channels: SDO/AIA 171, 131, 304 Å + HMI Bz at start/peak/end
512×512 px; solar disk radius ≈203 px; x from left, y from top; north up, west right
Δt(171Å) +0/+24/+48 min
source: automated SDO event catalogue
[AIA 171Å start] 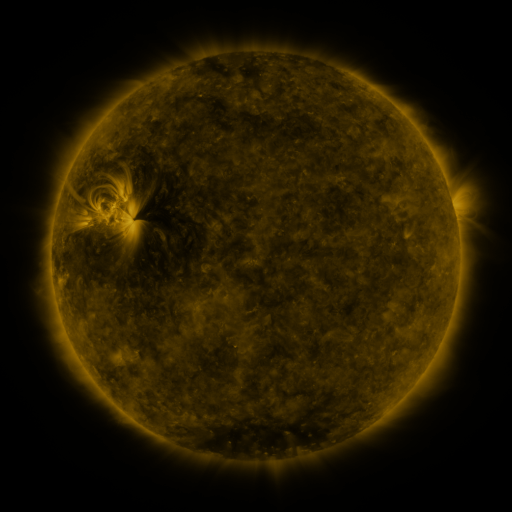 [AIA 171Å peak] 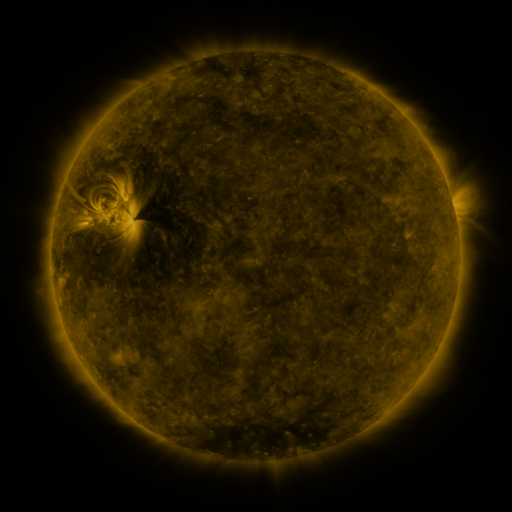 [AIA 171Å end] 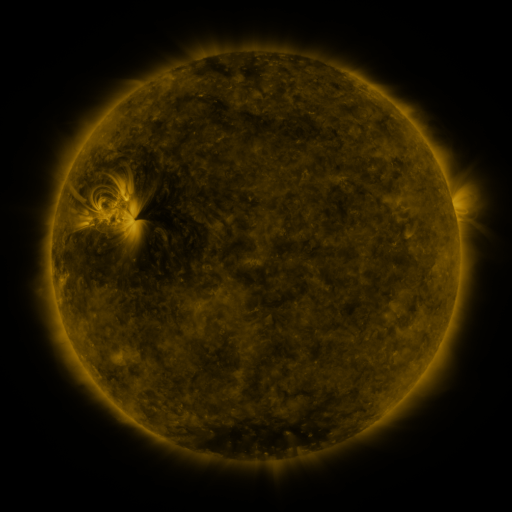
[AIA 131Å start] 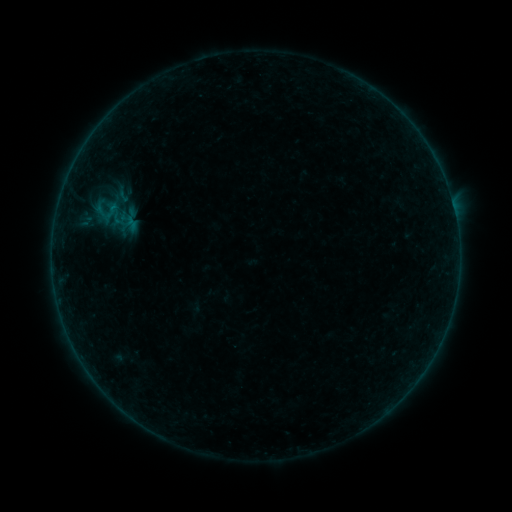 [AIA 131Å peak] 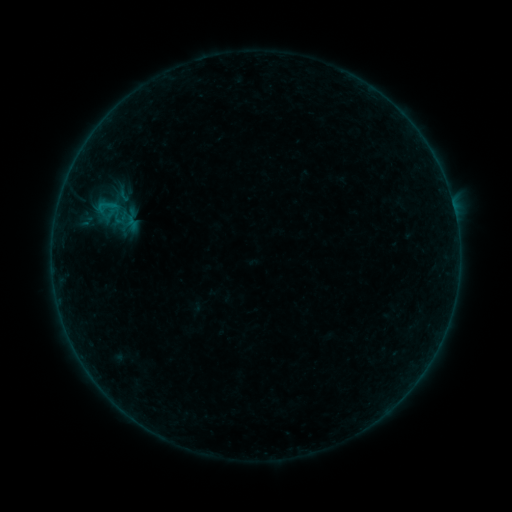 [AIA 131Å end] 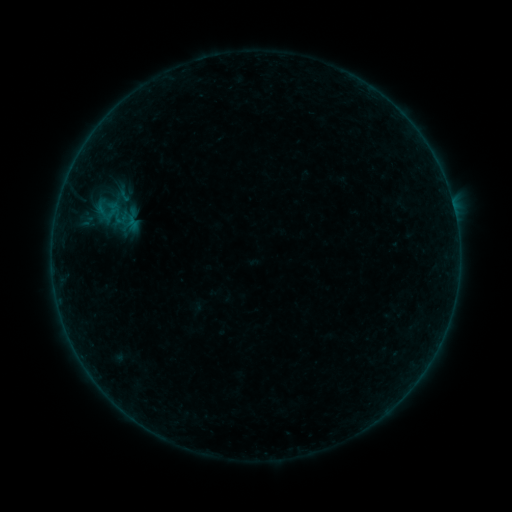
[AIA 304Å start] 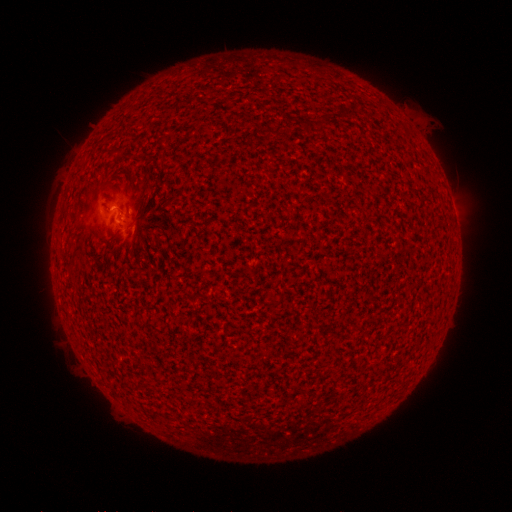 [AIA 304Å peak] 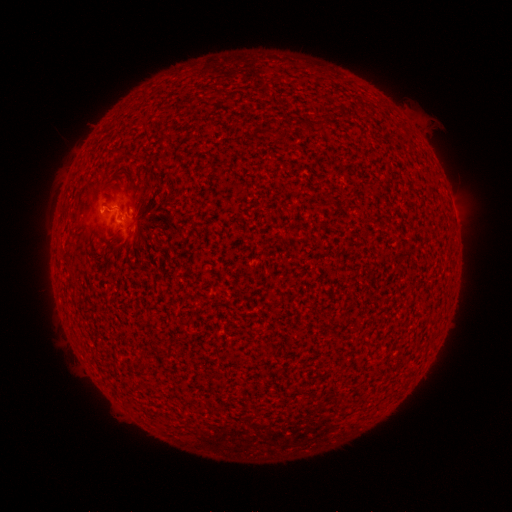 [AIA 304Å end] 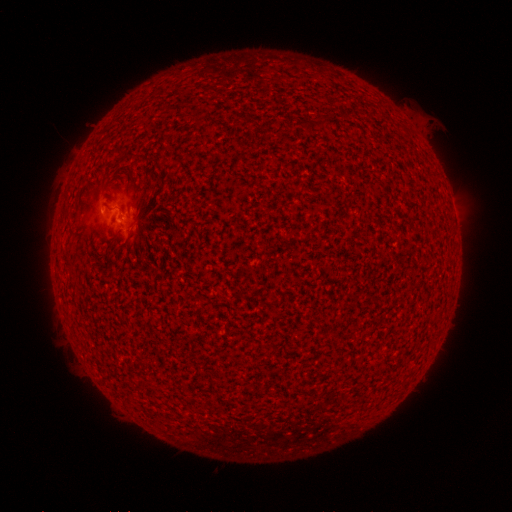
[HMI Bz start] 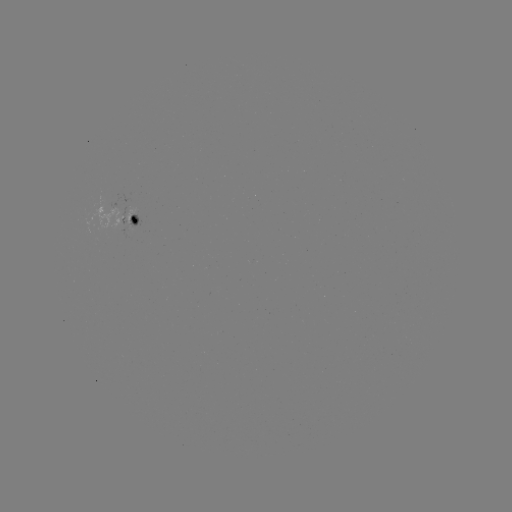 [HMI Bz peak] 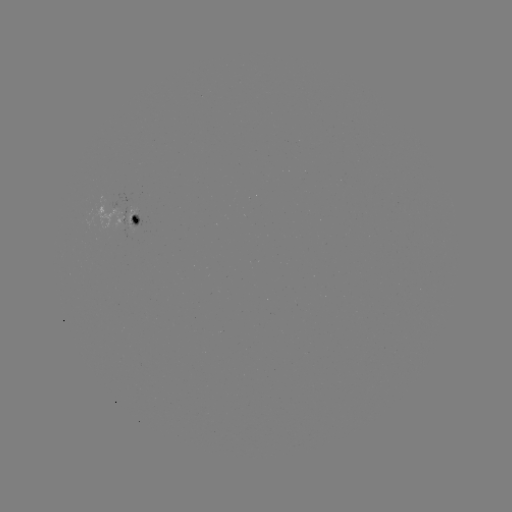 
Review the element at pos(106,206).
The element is B2.1 flare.